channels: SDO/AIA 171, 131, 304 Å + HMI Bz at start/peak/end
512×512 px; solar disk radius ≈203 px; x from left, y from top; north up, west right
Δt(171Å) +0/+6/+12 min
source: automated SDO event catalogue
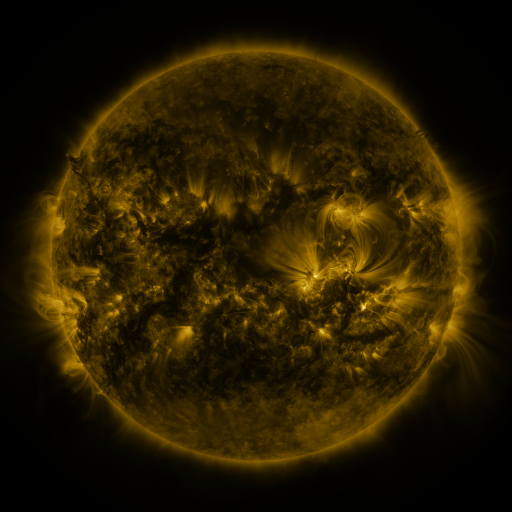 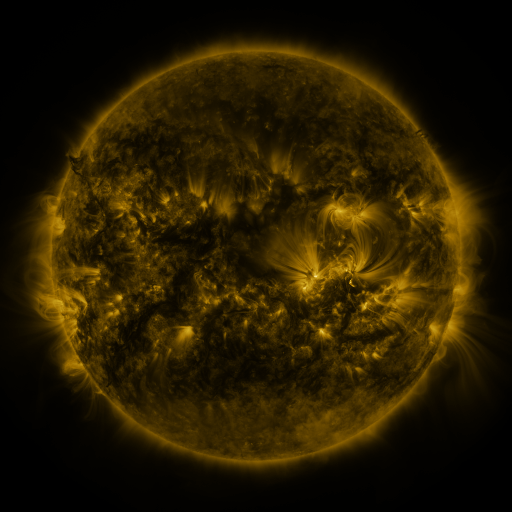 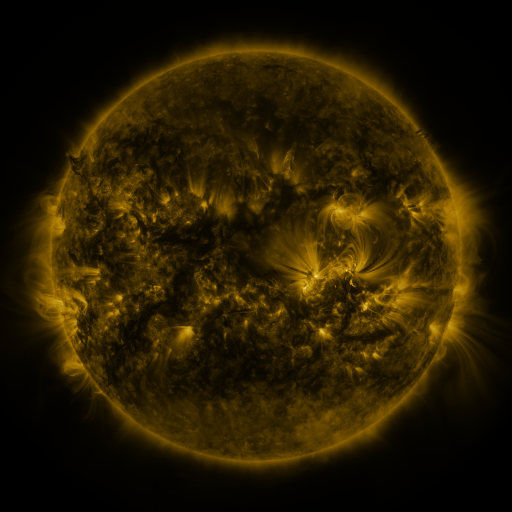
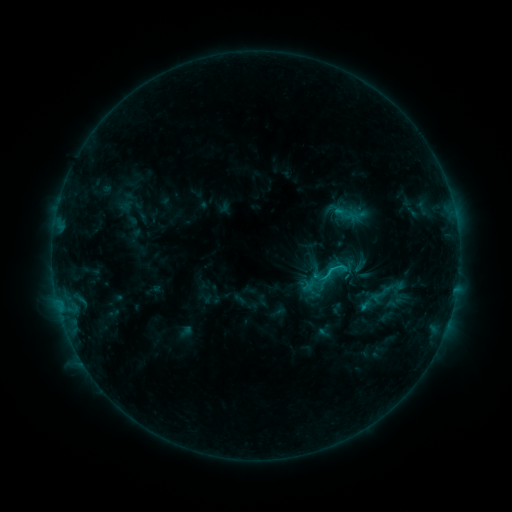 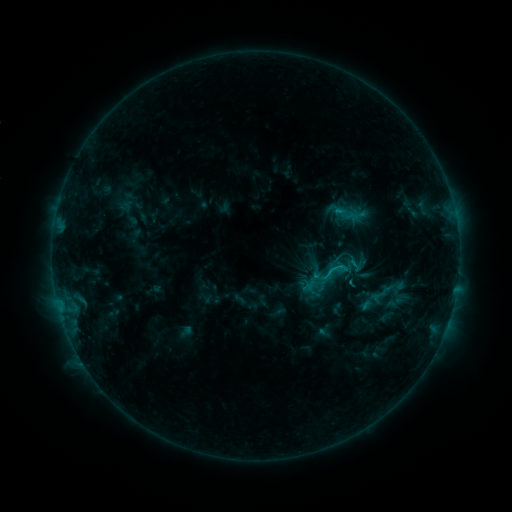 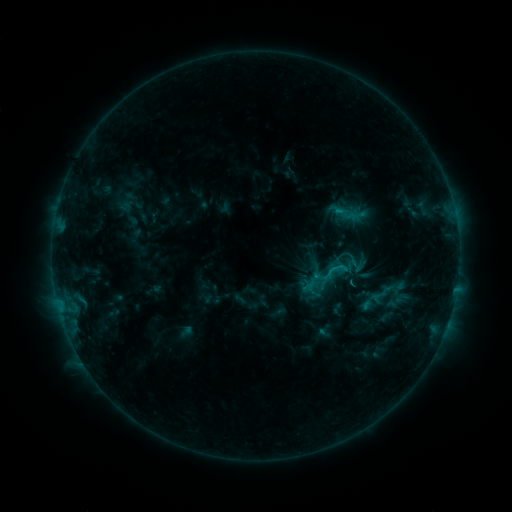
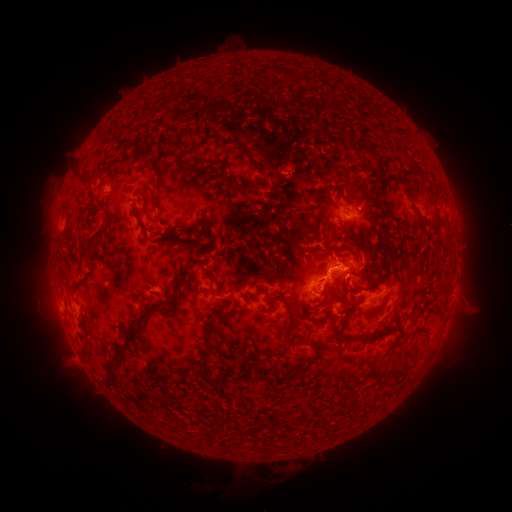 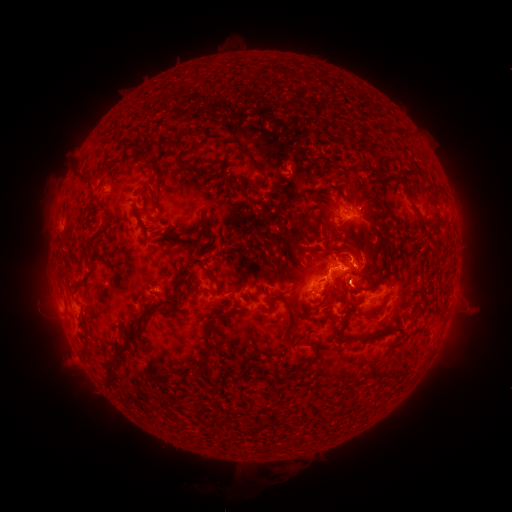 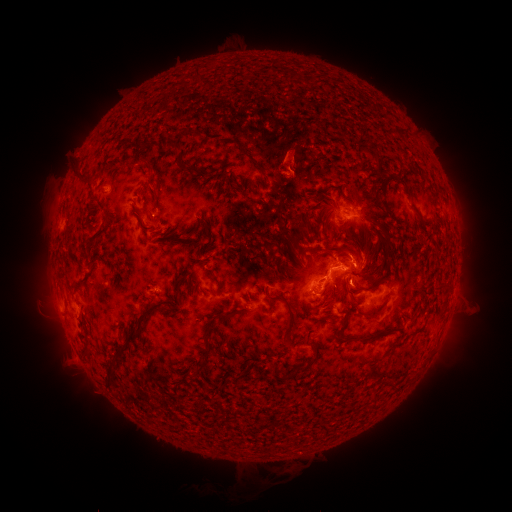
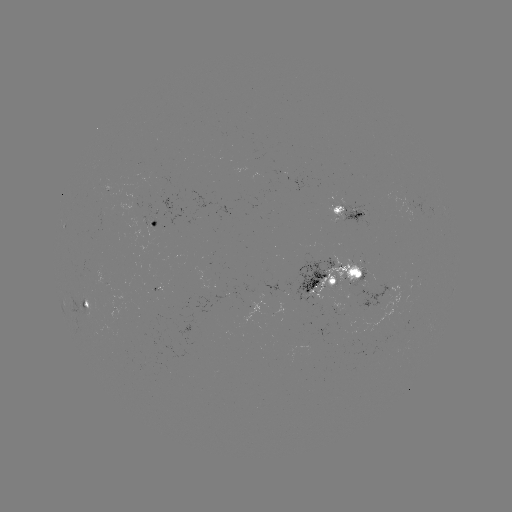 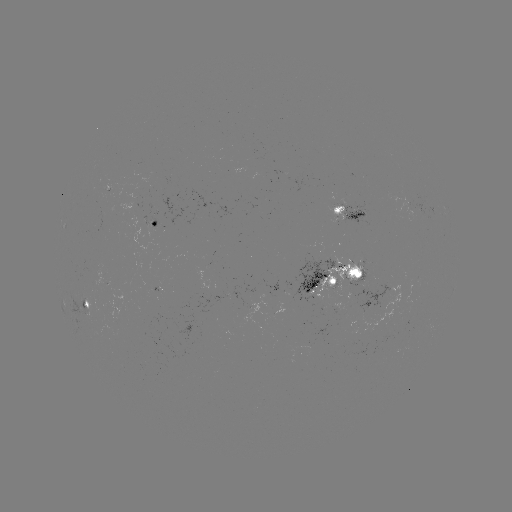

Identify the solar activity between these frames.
eruption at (288, 158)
